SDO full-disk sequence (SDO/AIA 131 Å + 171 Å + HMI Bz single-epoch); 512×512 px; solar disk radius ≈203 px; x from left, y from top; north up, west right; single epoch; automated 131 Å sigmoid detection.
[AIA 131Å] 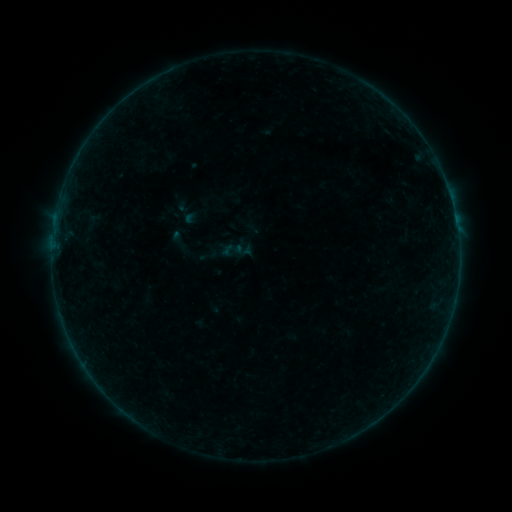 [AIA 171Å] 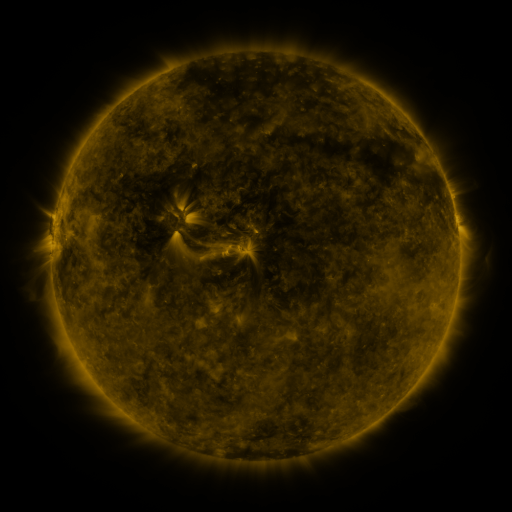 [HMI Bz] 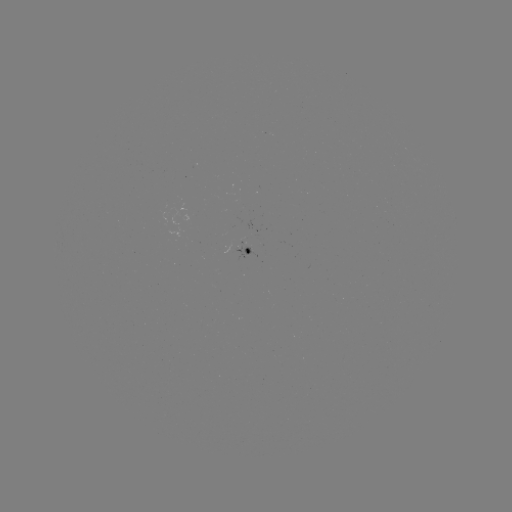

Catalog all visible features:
sigmoid: (232, 250)
